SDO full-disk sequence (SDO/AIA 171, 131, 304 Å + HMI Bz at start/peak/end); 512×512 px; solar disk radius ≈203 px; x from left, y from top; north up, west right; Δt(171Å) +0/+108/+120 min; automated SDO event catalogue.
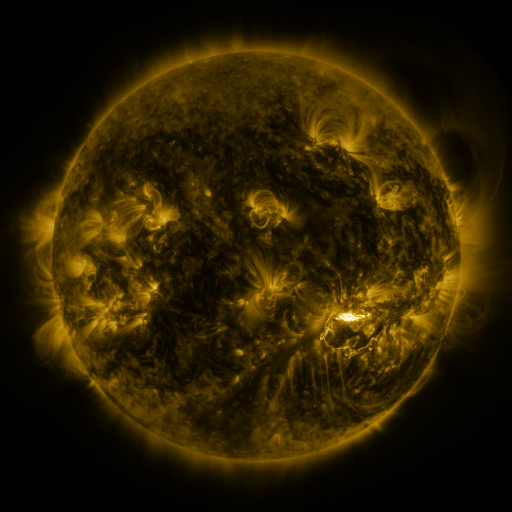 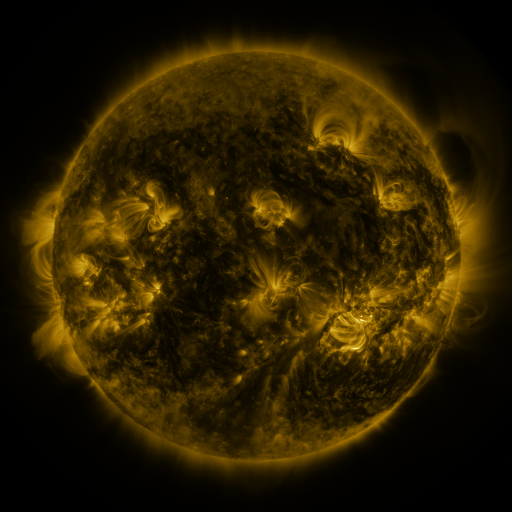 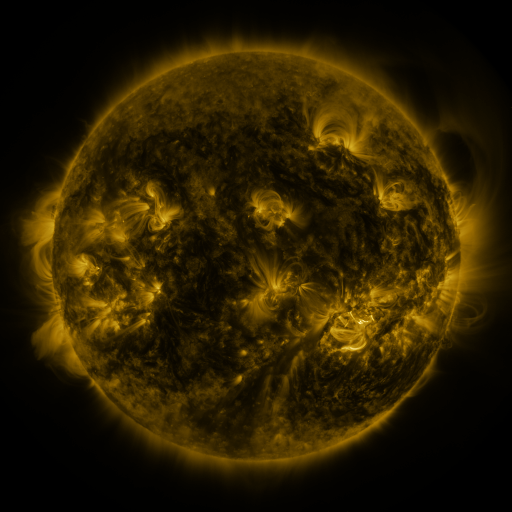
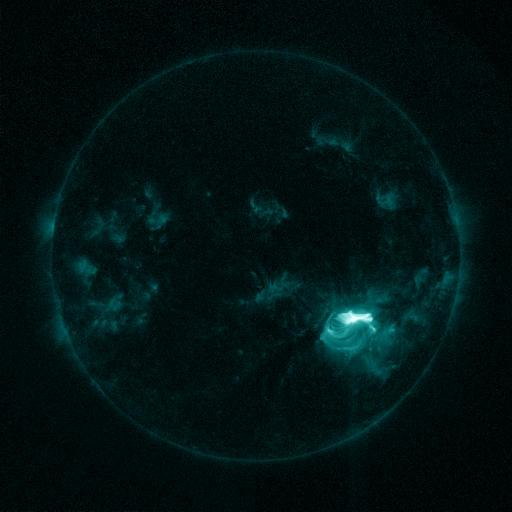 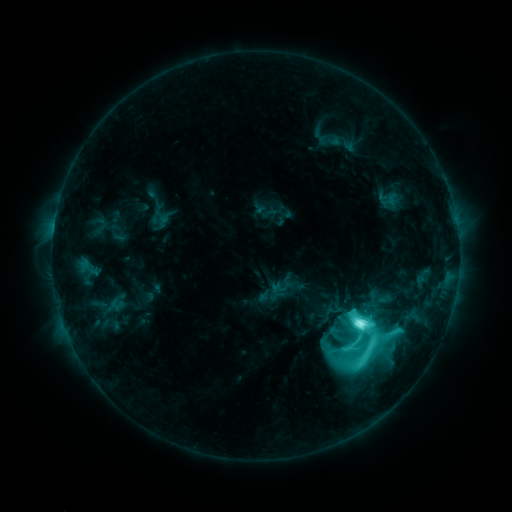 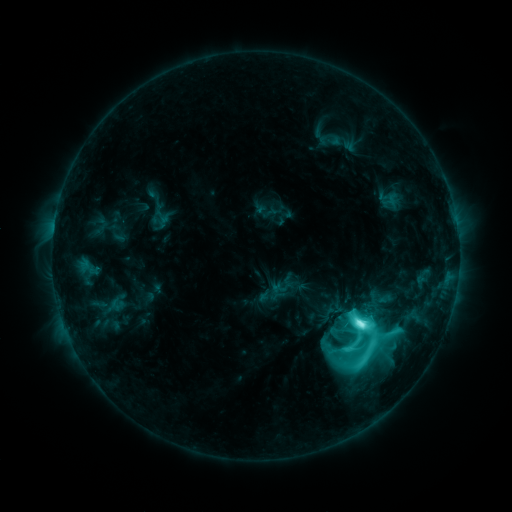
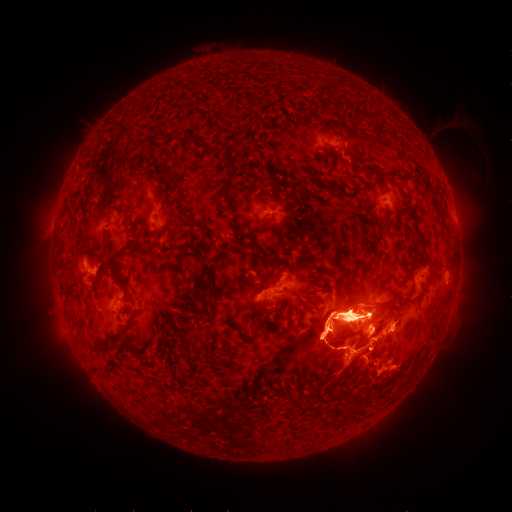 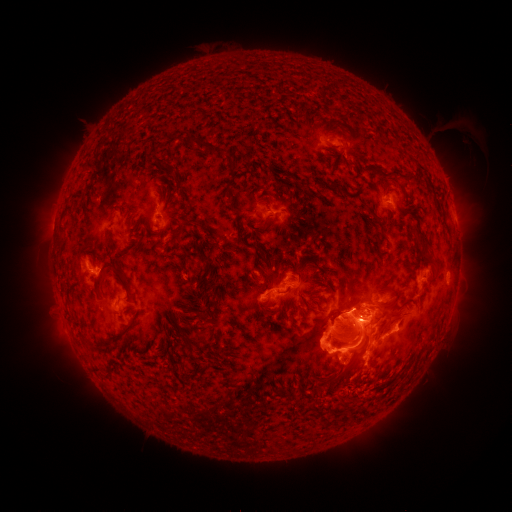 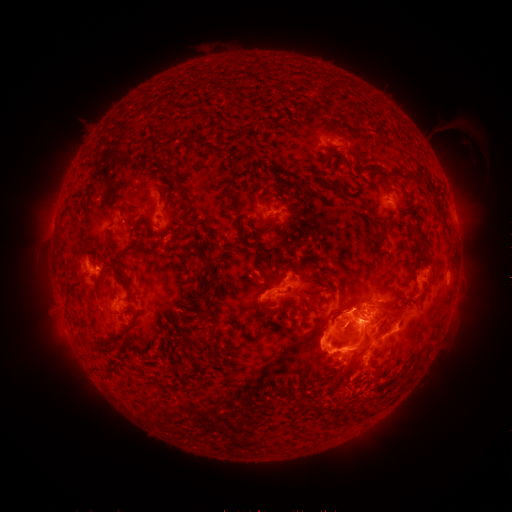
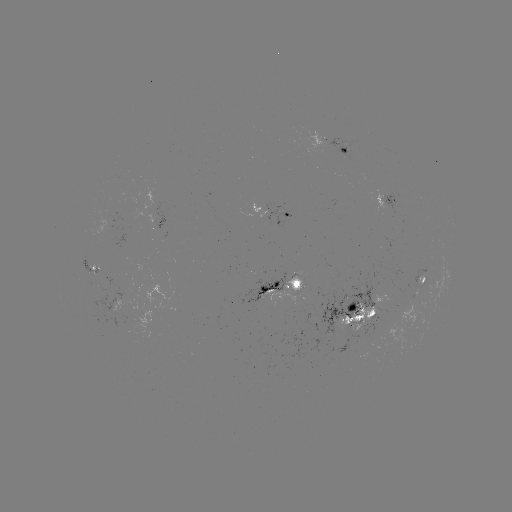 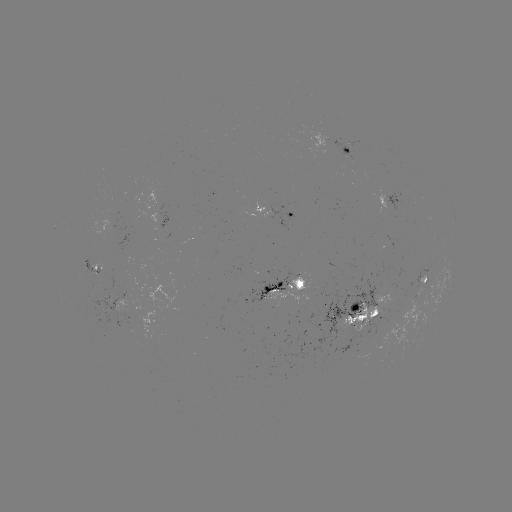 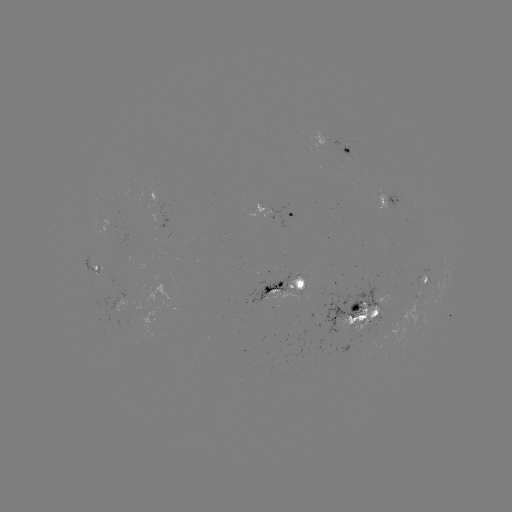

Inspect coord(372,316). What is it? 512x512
emerging-flux region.